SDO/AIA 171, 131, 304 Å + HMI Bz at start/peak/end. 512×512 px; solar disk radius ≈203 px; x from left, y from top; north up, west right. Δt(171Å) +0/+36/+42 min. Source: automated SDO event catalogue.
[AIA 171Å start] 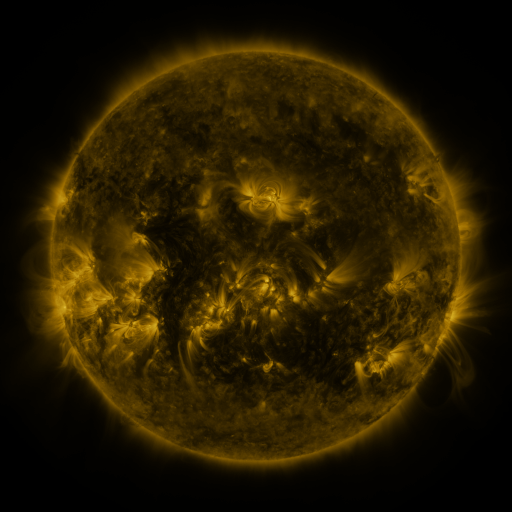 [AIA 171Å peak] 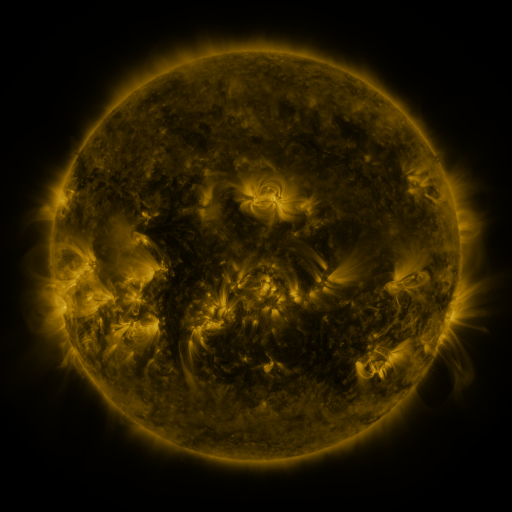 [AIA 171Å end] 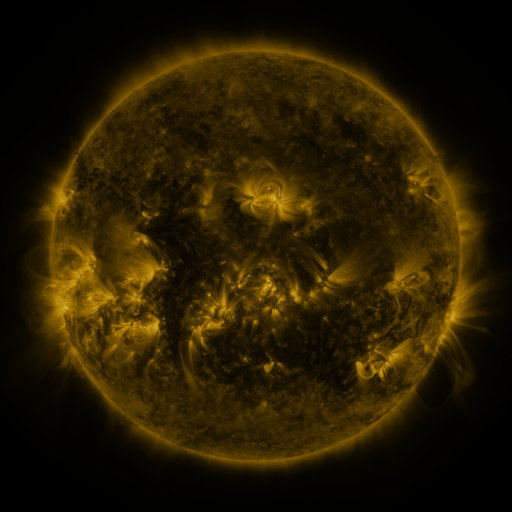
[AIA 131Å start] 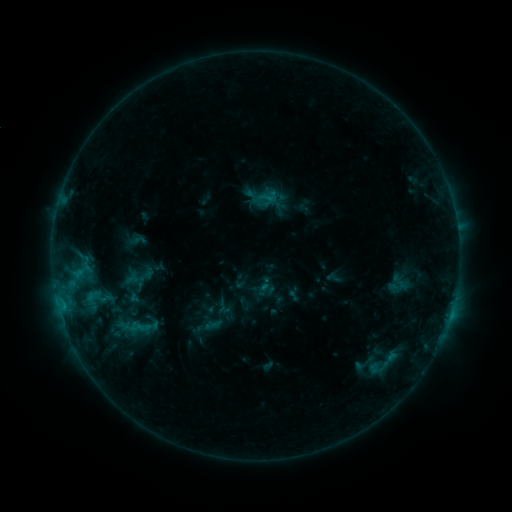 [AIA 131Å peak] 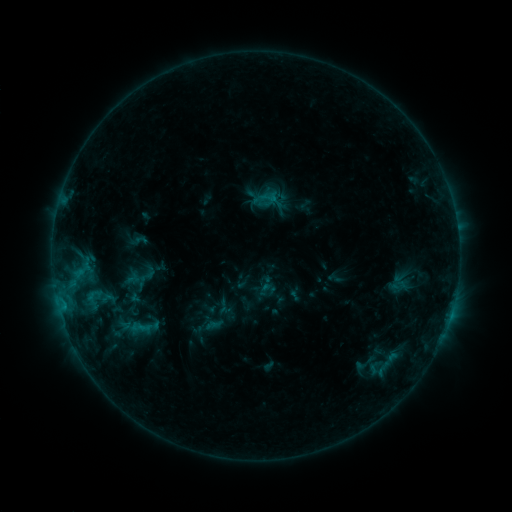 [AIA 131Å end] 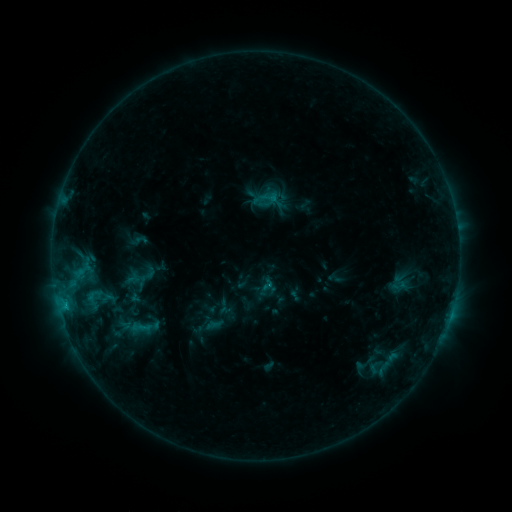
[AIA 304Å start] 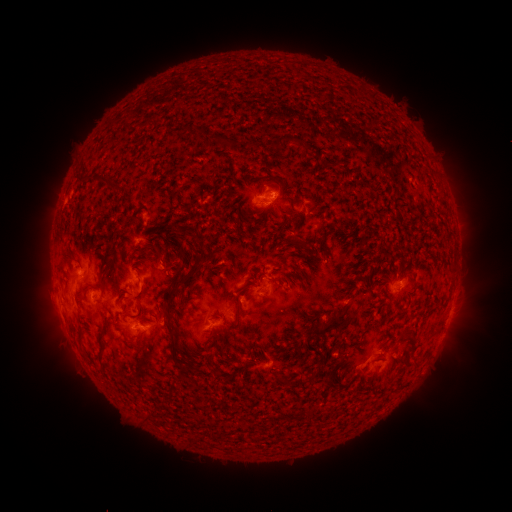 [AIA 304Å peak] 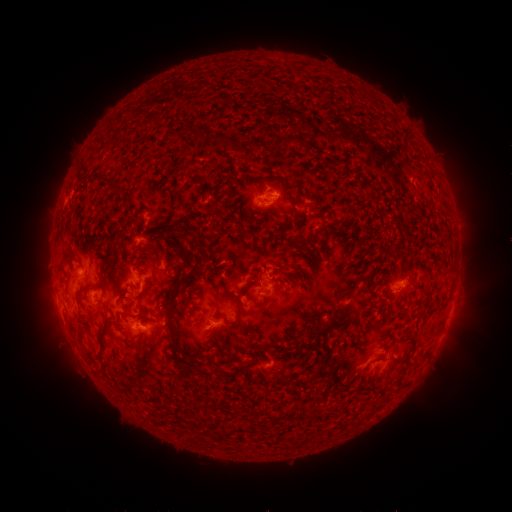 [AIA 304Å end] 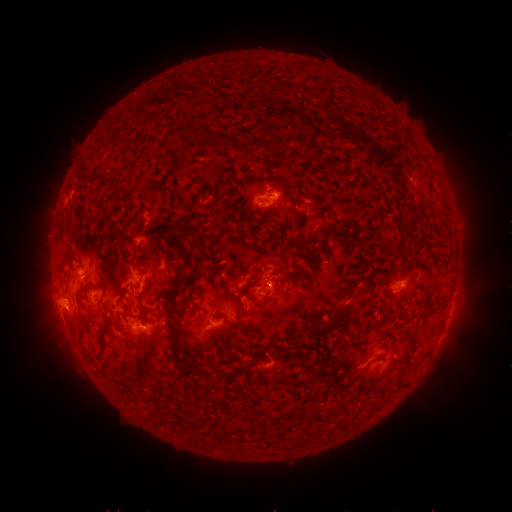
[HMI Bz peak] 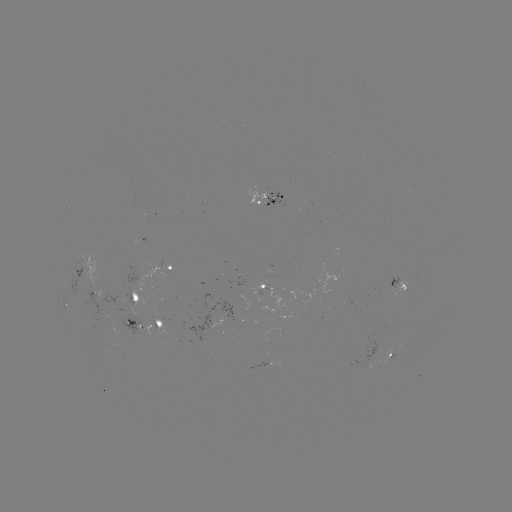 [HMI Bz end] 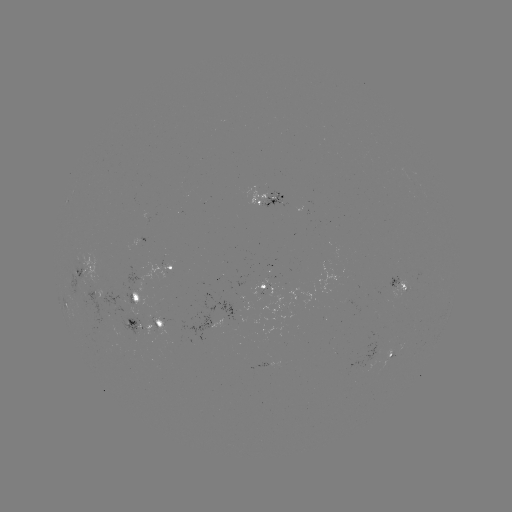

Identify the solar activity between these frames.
eruption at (55, 308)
